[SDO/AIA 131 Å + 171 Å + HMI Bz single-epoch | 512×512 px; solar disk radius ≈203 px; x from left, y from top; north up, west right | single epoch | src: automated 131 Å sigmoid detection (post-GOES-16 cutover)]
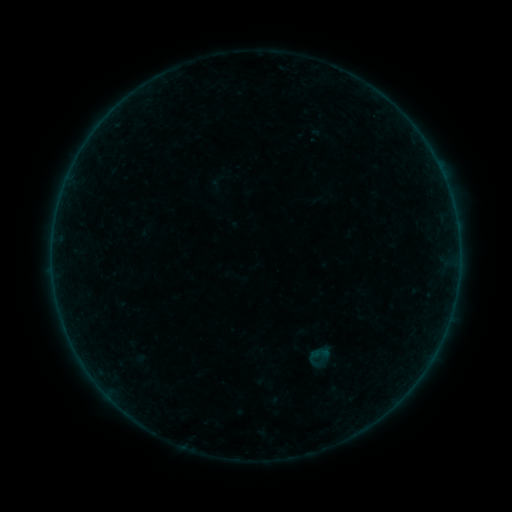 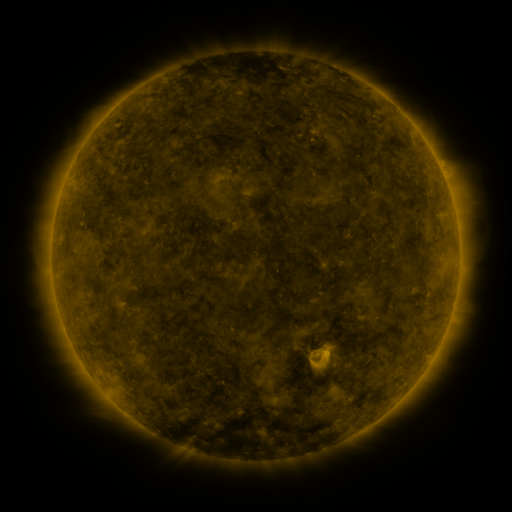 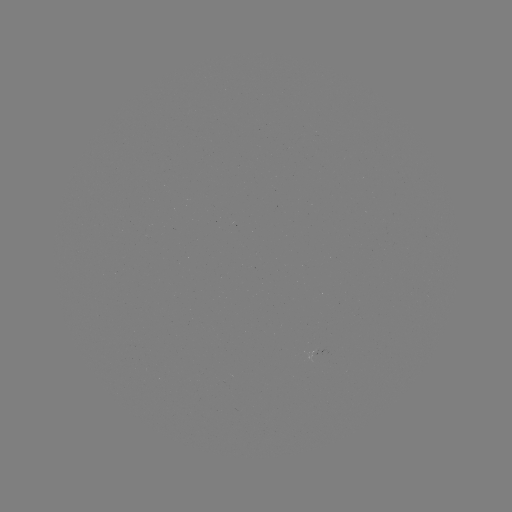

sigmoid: [305, 342, 333, 370]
